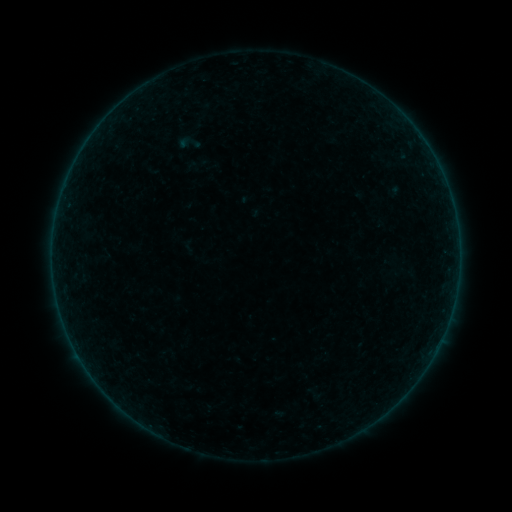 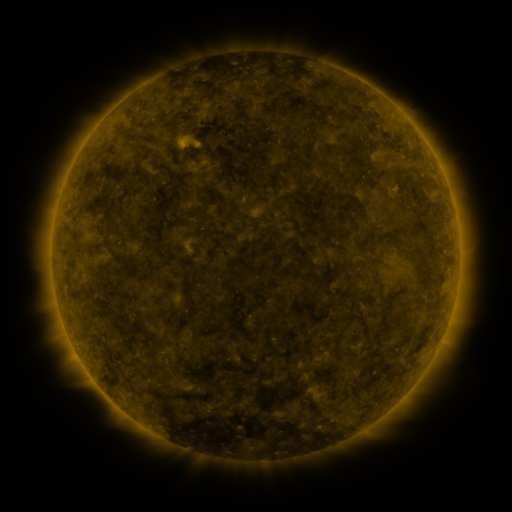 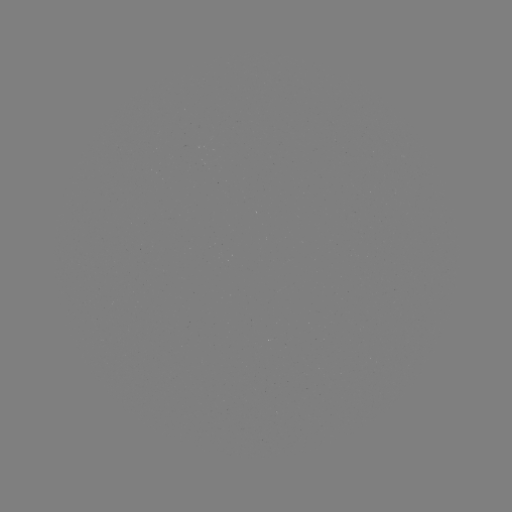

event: sigmoid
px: (189, 143)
